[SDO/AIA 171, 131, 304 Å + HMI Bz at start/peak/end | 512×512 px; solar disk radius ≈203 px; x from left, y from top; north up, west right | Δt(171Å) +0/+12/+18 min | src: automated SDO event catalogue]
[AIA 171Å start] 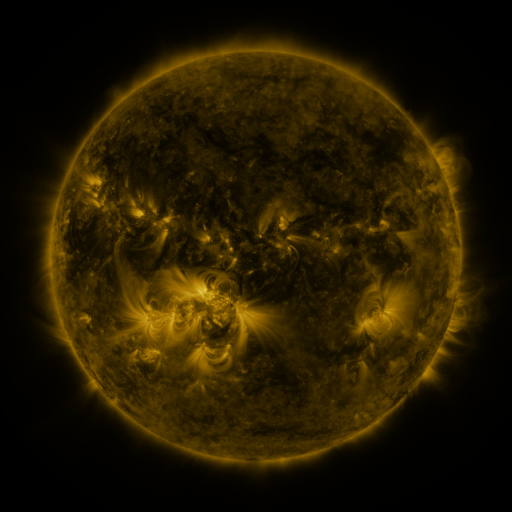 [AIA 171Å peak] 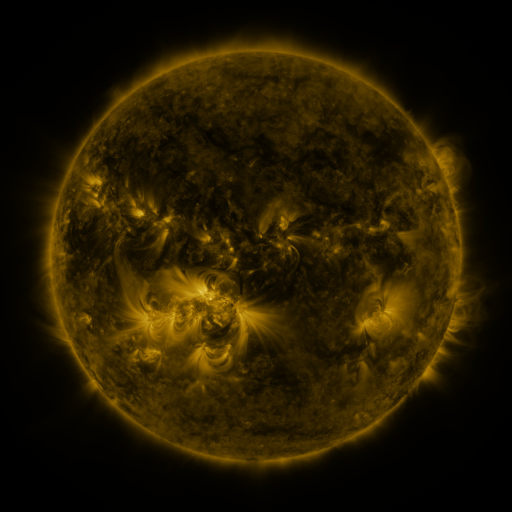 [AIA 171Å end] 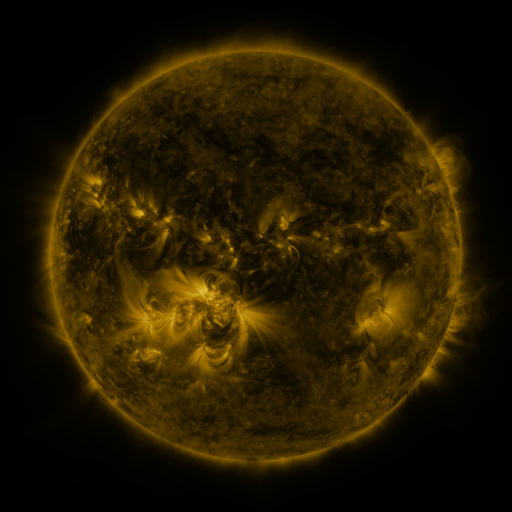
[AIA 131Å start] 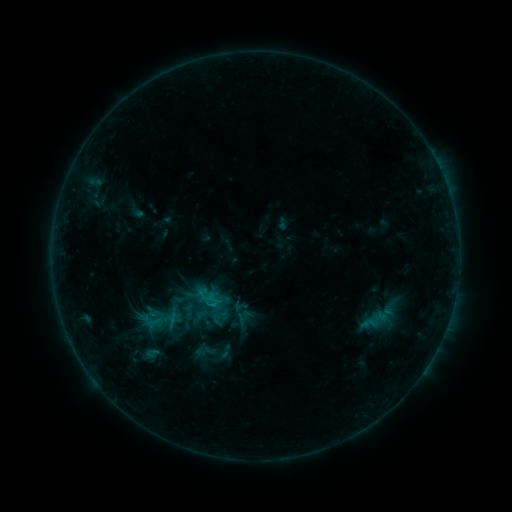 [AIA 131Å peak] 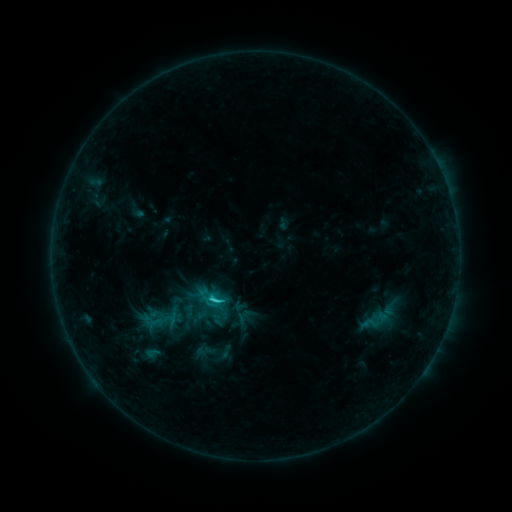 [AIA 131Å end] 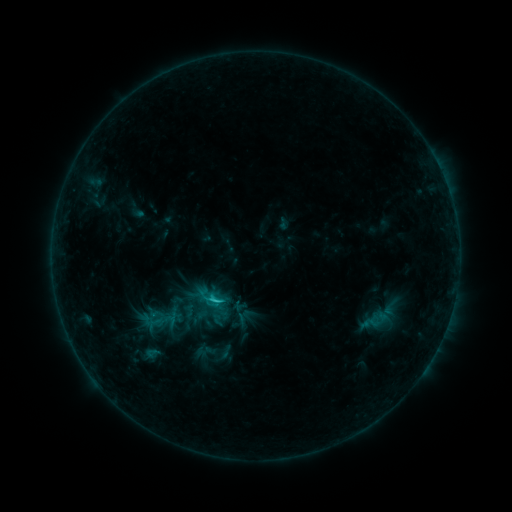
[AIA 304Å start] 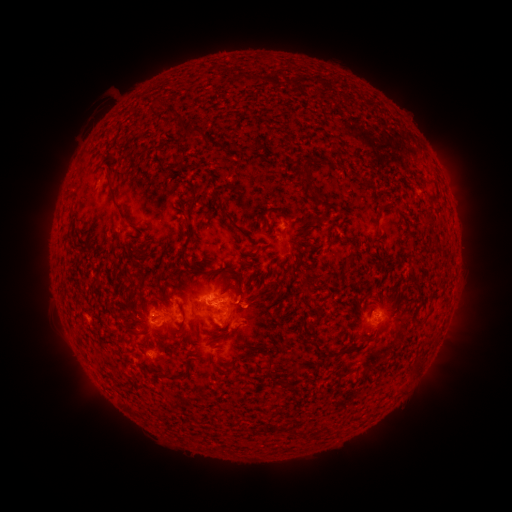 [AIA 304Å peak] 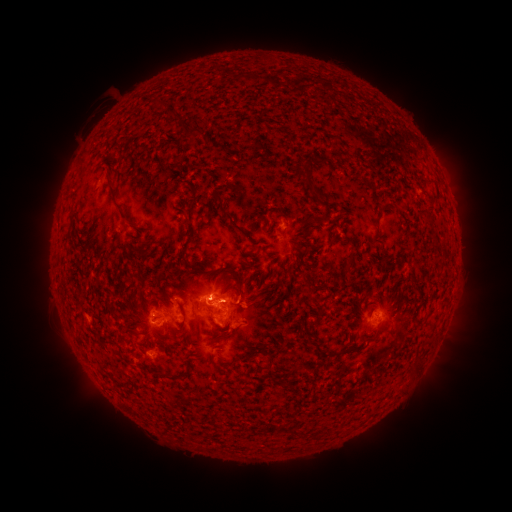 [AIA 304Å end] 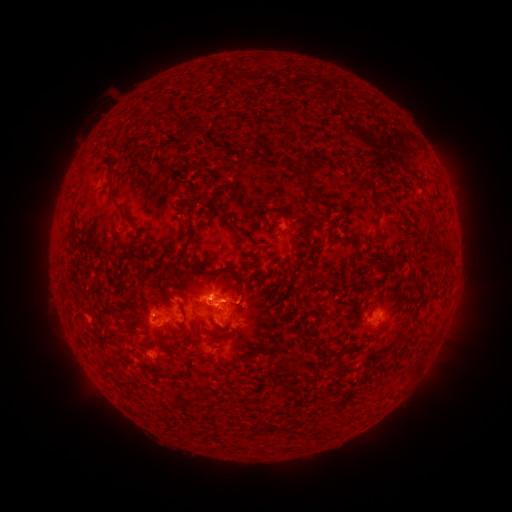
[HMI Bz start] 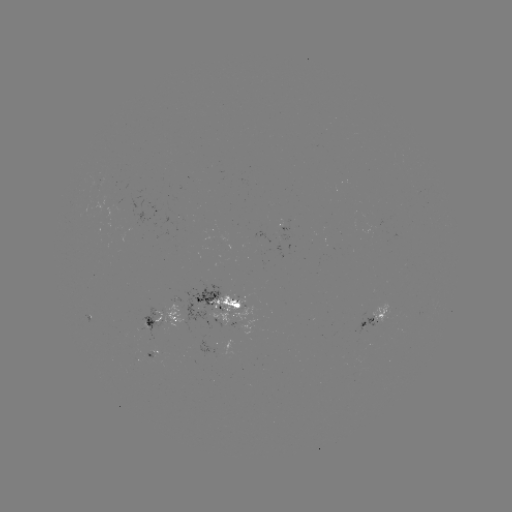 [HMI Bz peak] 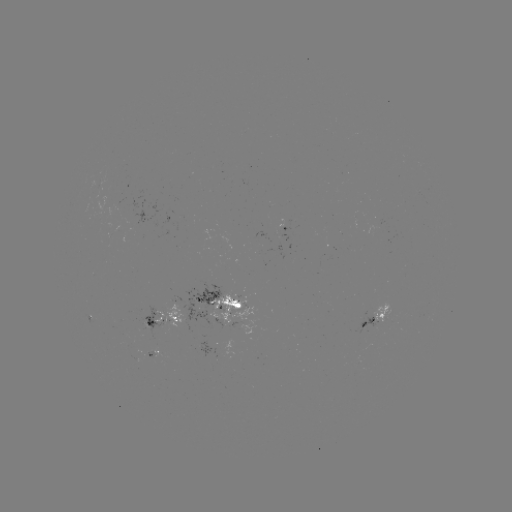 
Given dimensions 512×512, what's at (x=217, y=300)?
C1.5 flare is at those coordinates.